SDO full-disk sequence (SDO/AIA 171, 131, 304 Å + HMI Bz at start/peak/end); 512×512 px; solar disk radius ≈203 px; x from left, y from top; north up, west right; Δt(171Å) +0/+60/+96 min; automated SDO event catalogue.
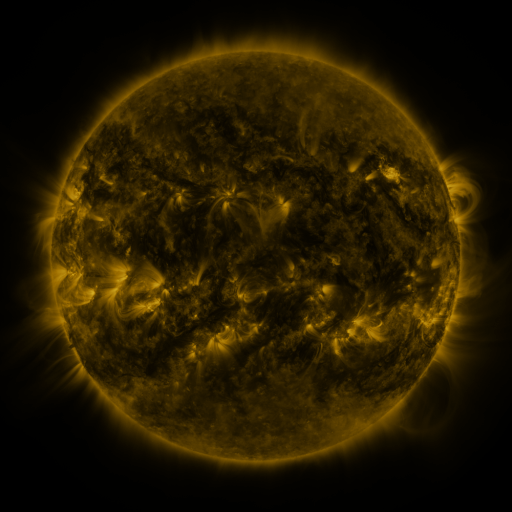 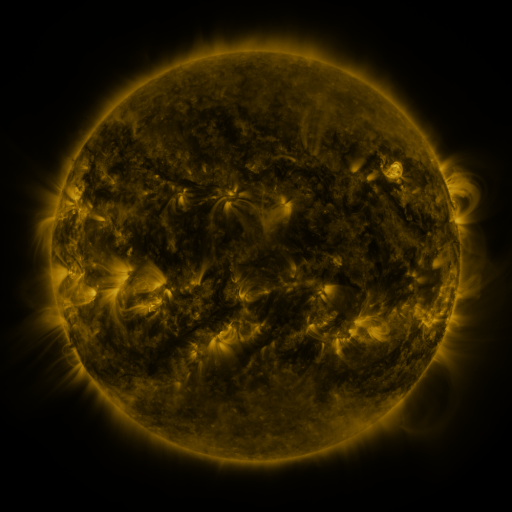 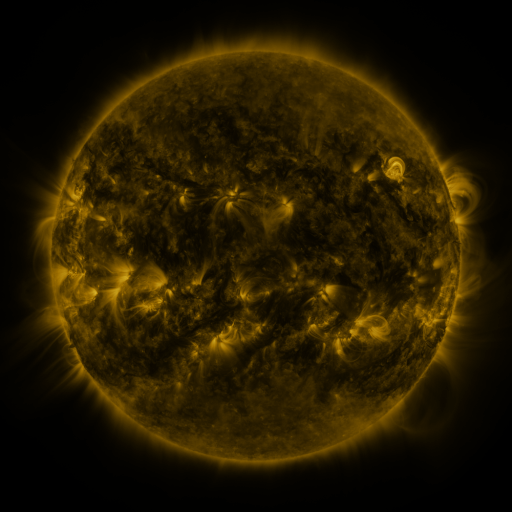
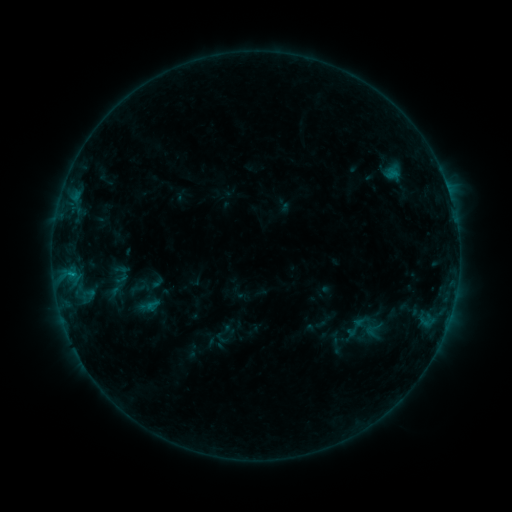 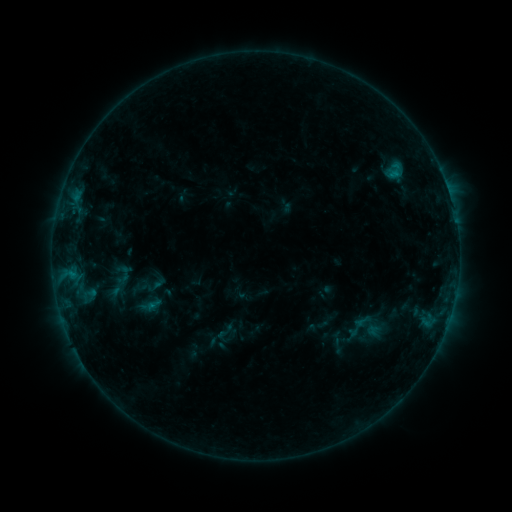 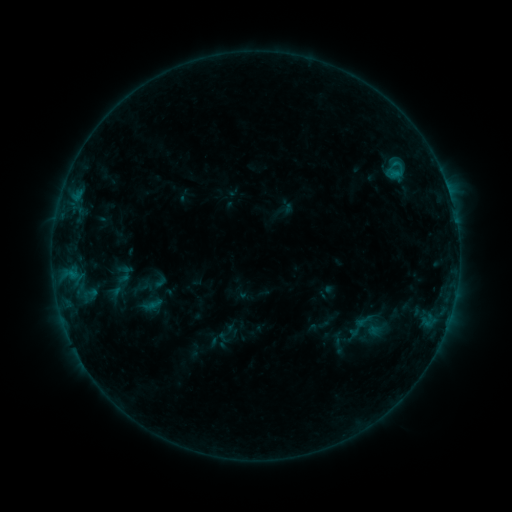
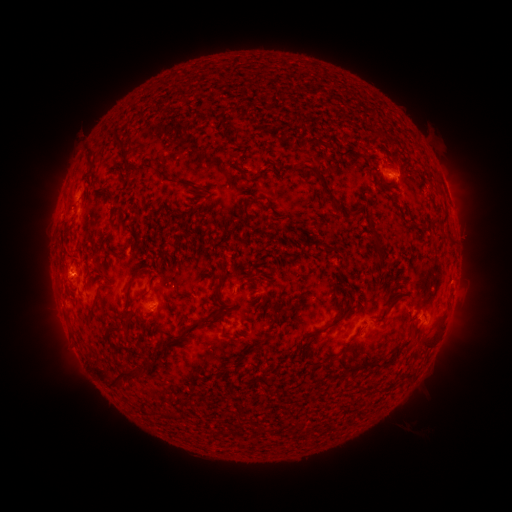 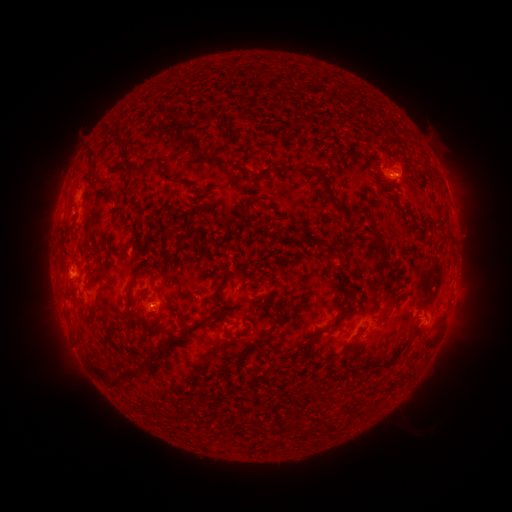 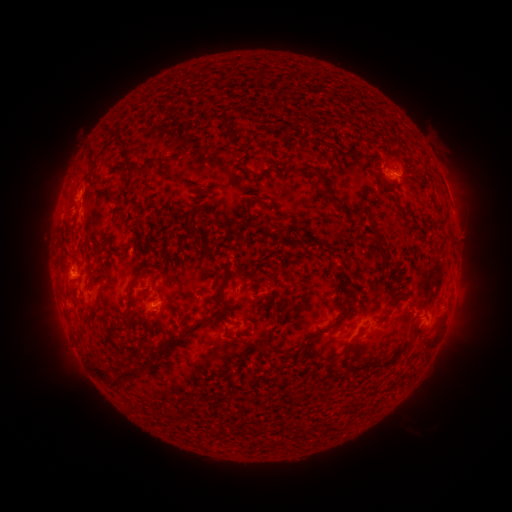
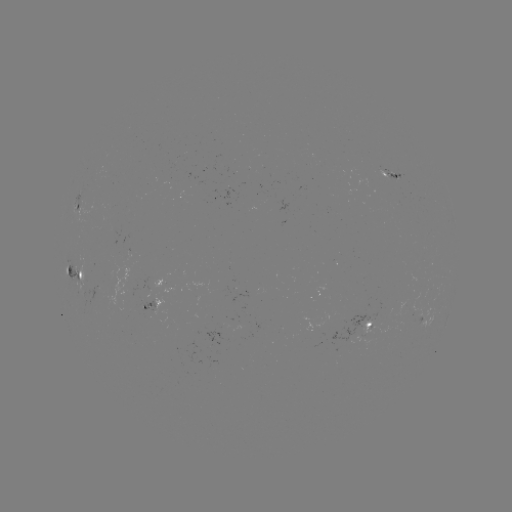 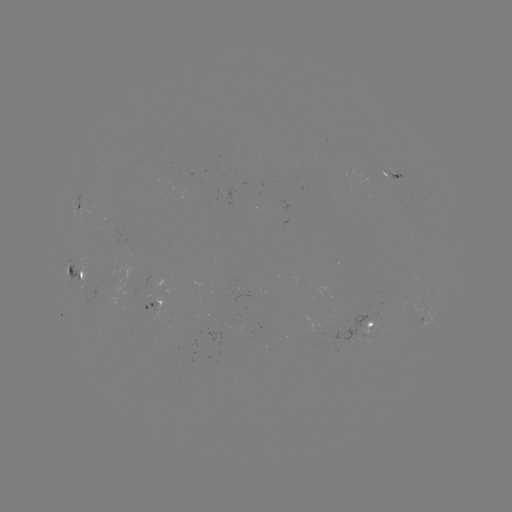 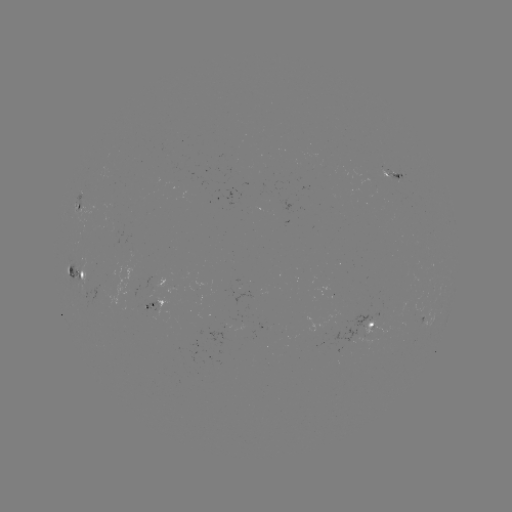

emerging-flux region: (139, 293, 155, 309)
